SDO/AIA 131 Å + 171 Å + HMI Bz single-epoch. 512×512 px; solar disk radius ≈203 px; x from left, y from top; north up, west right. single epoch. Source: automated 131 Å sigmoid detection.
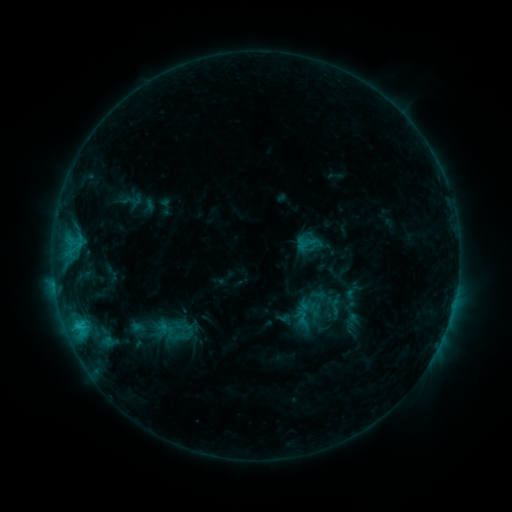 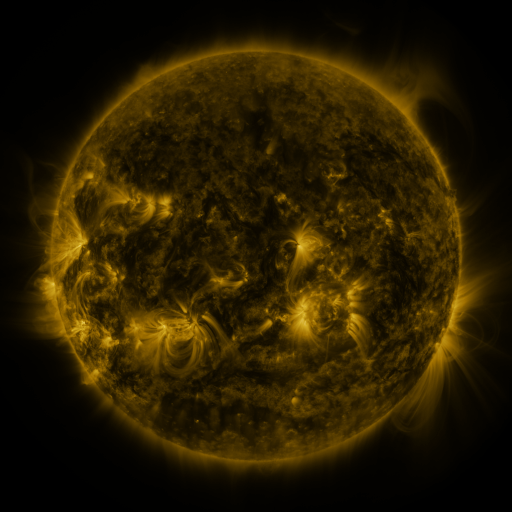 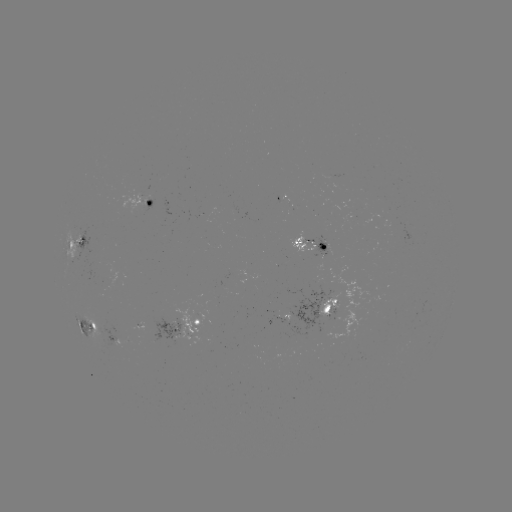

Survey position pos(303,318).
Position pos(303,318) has sigmoid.